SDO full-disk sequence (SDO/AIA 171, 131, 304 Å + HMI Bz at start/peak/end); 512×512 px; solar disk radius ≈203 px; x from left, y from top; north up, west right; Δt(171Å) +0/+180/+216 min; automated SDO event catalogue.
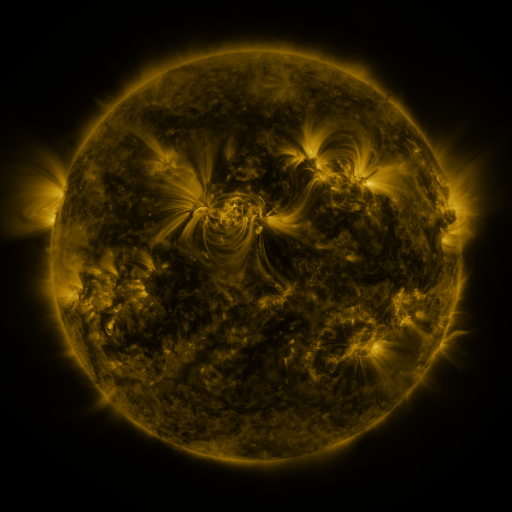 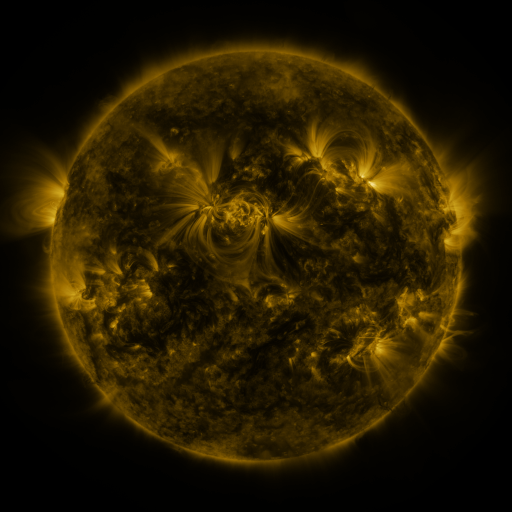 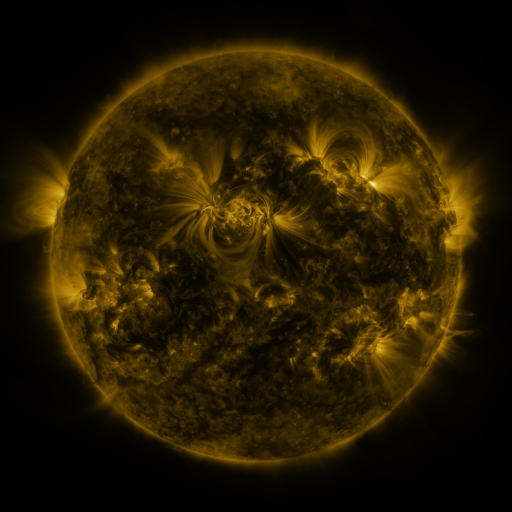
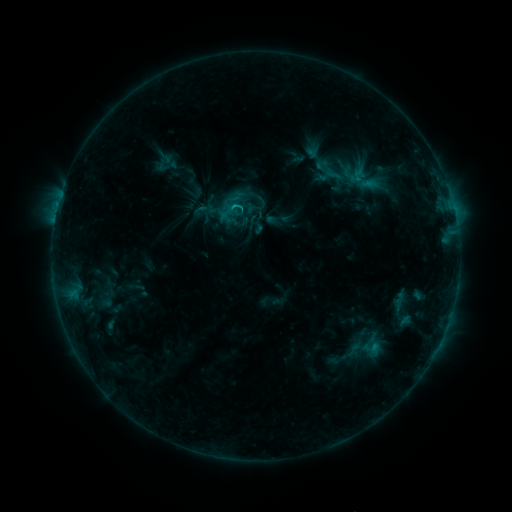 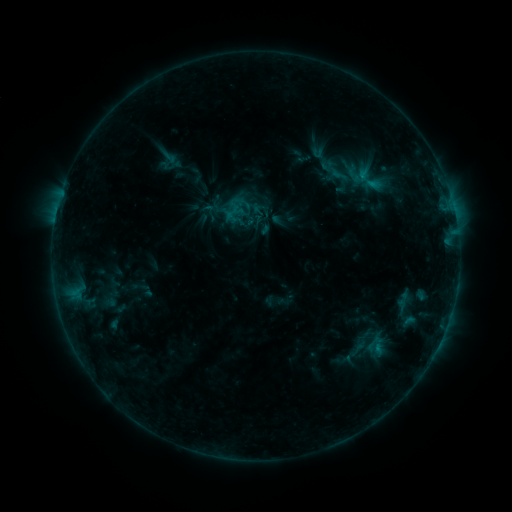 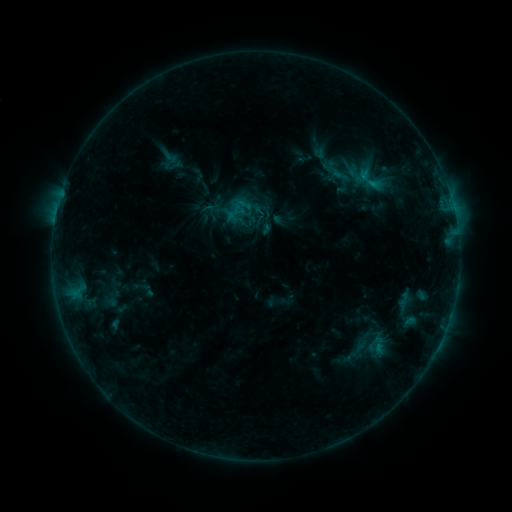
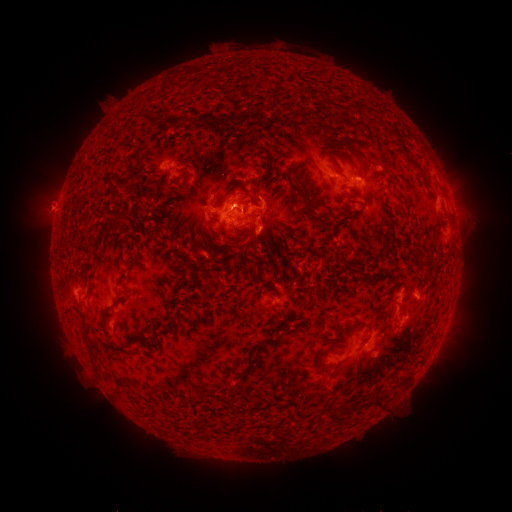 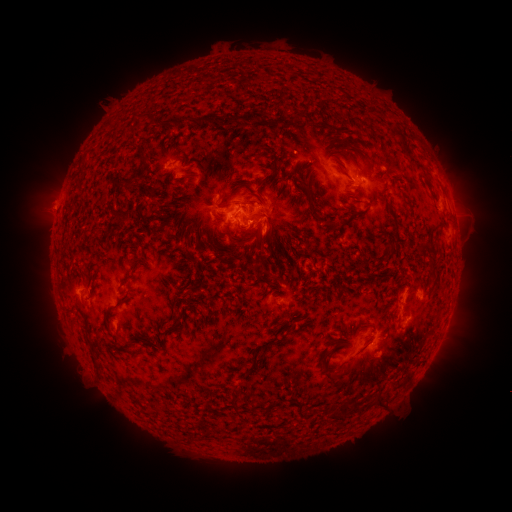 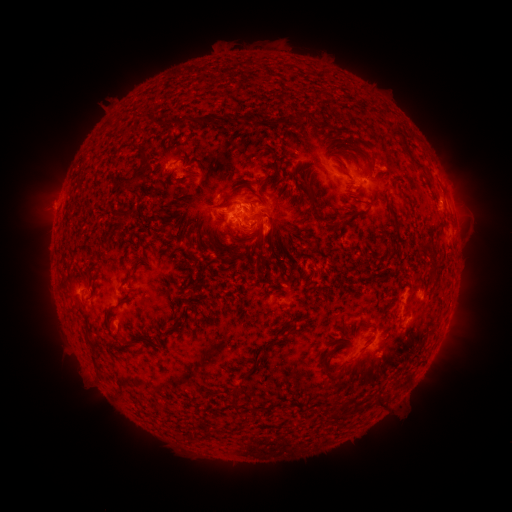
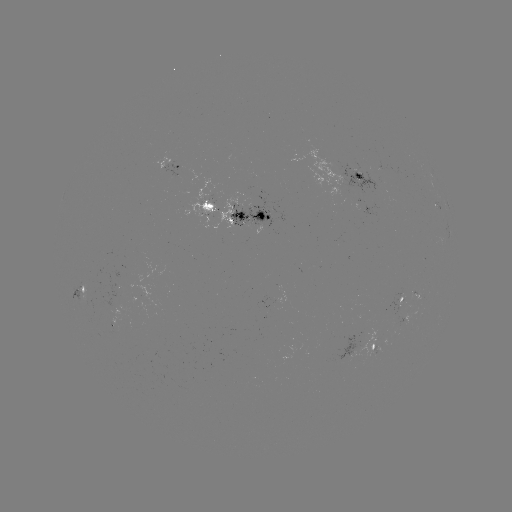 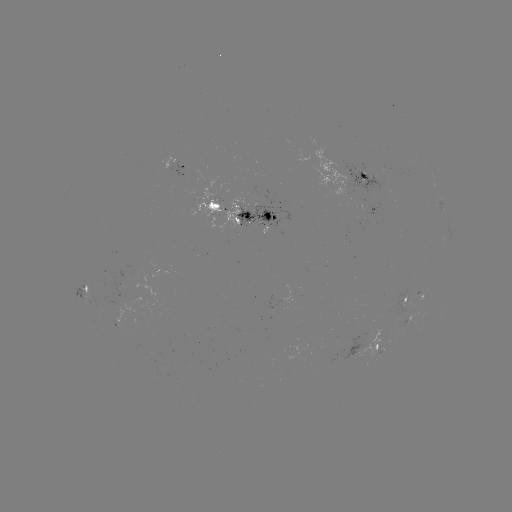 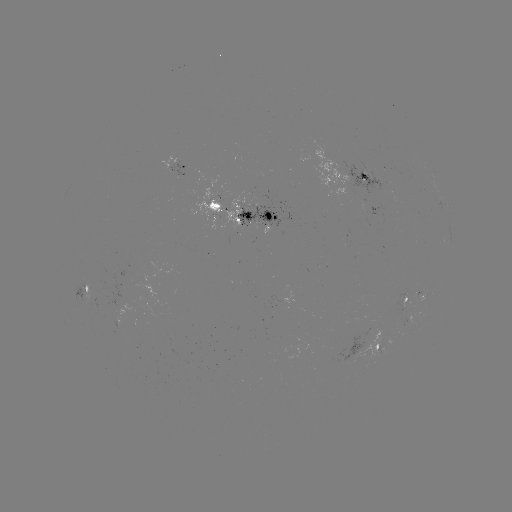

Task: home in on emerging-flux region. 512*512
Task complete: (360, 175).